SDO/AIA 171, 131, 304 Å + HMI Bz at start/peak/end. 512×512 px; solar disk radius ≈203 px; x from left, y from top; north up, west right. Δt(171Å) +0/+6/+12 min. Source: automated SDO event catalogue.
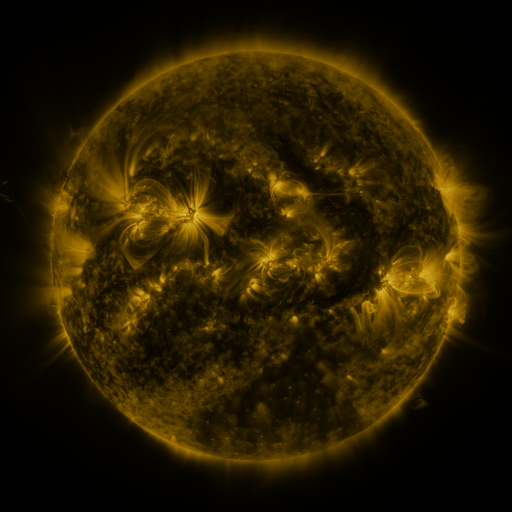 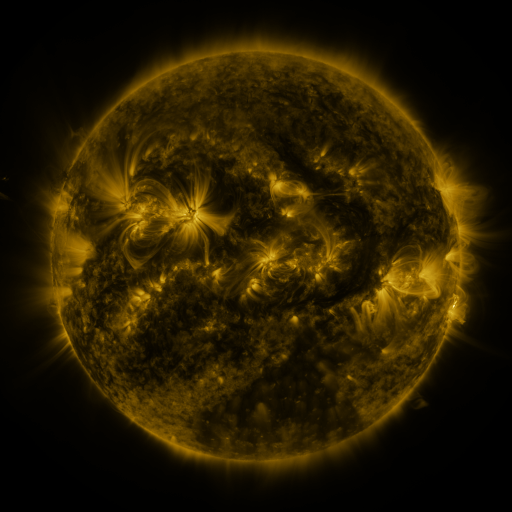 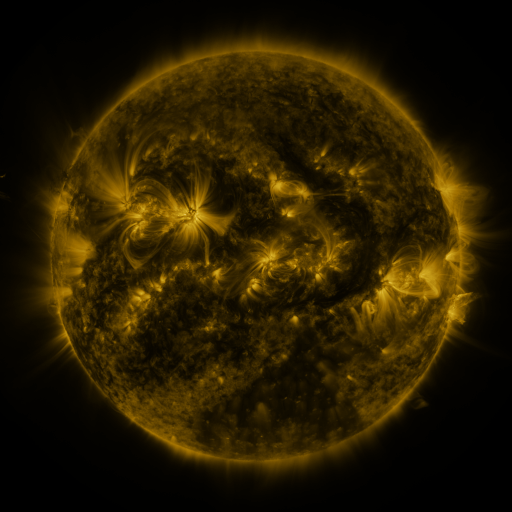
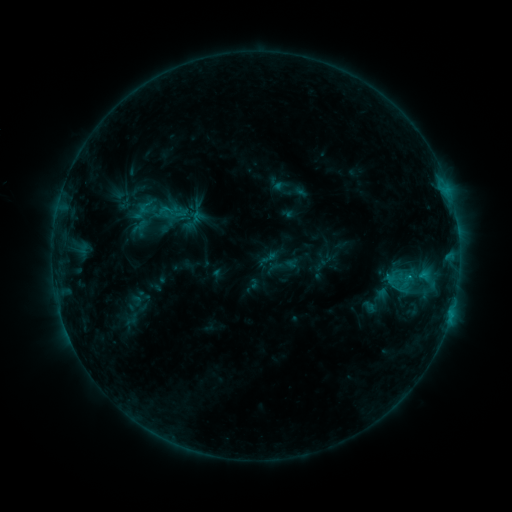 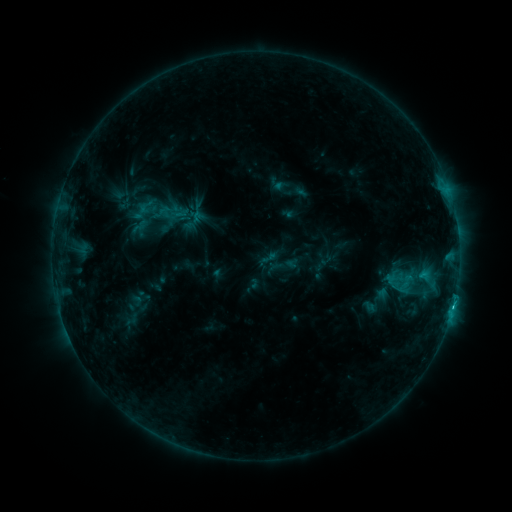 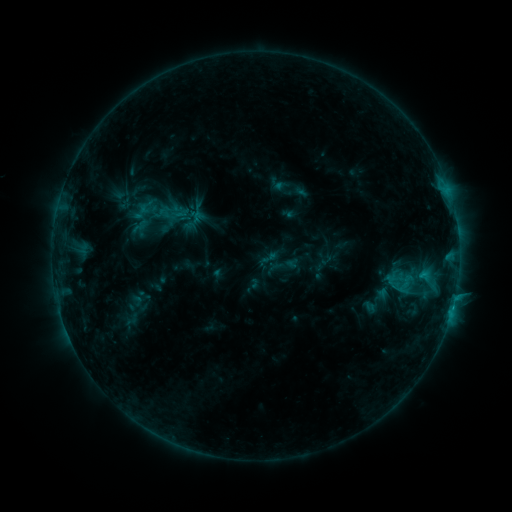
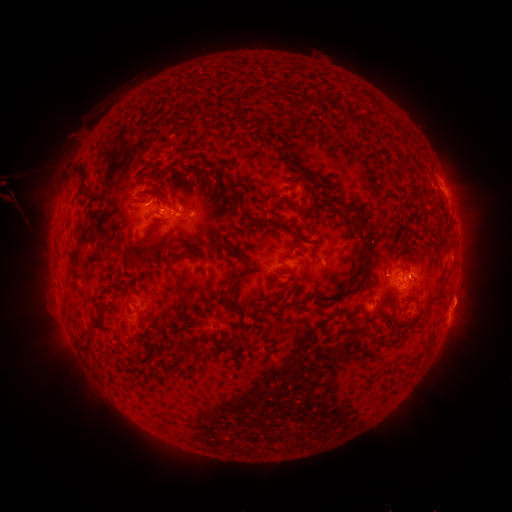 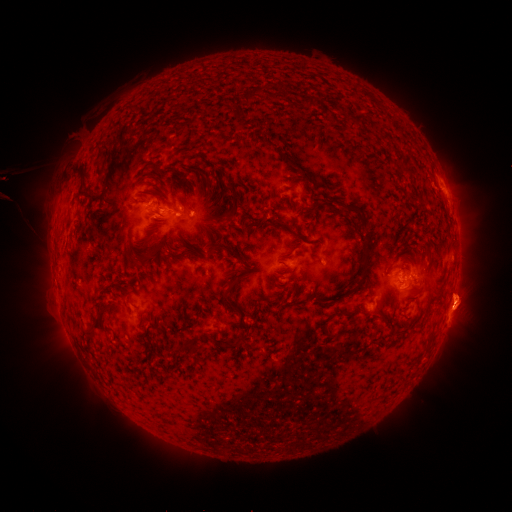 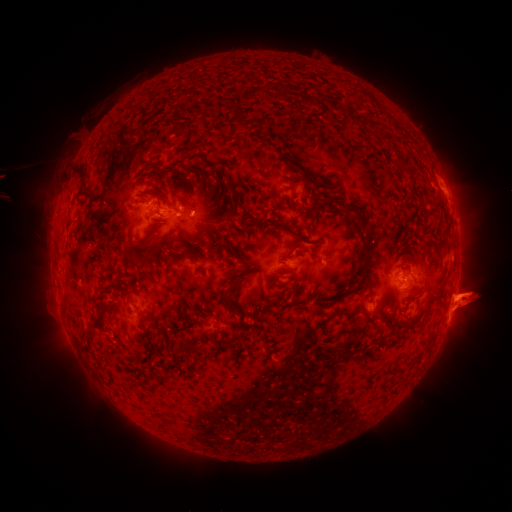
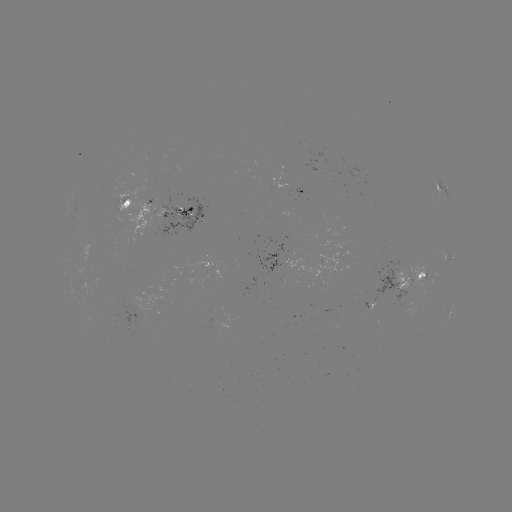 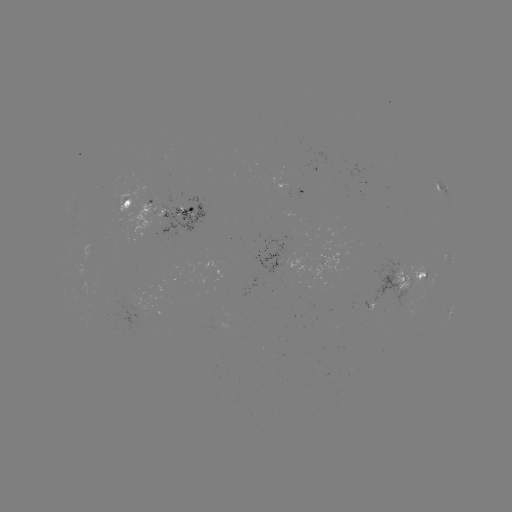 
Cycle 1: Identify eruption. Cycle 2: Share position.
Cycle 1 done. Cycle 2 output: (463, 299).